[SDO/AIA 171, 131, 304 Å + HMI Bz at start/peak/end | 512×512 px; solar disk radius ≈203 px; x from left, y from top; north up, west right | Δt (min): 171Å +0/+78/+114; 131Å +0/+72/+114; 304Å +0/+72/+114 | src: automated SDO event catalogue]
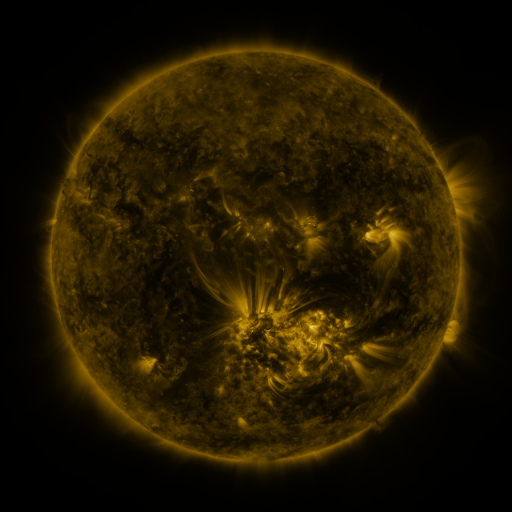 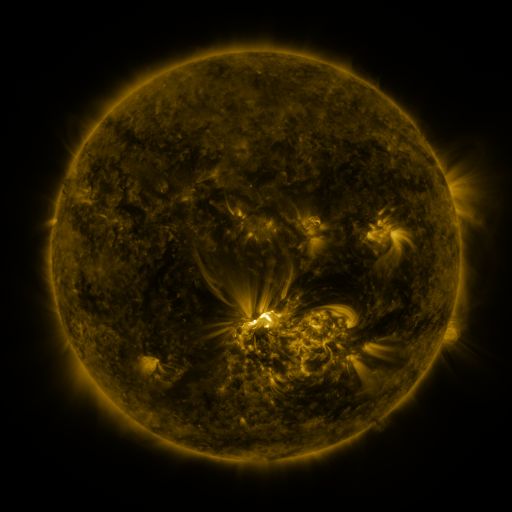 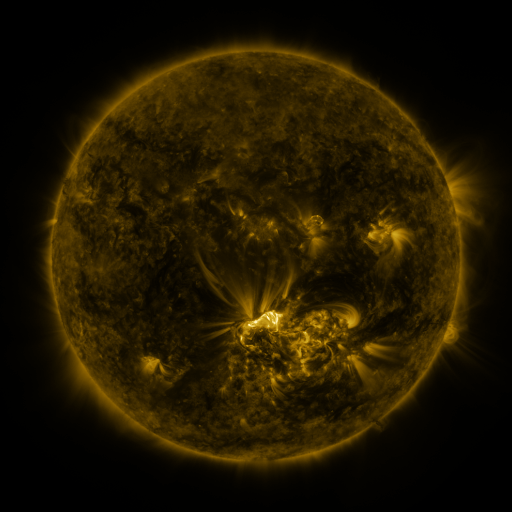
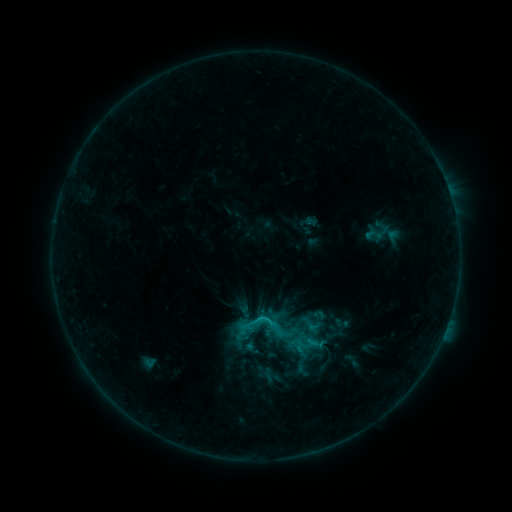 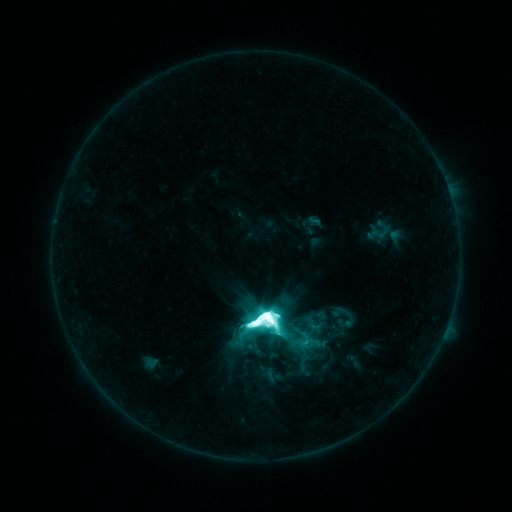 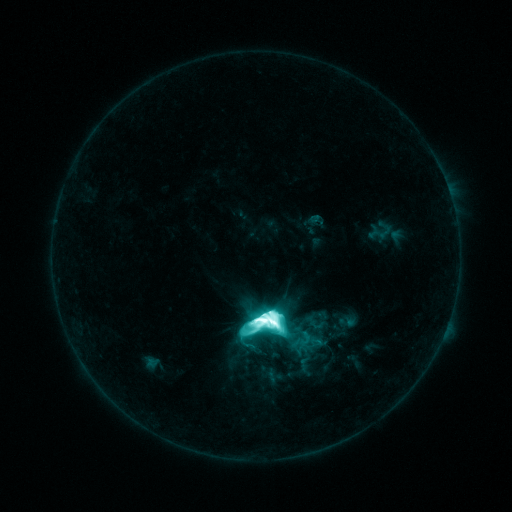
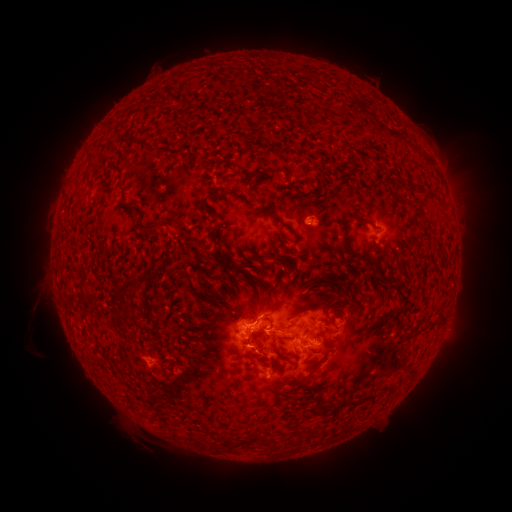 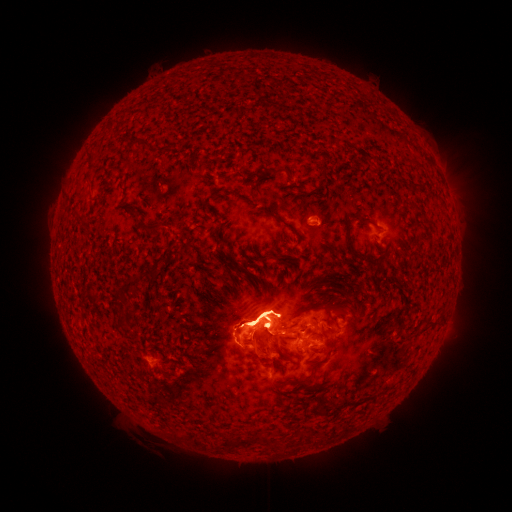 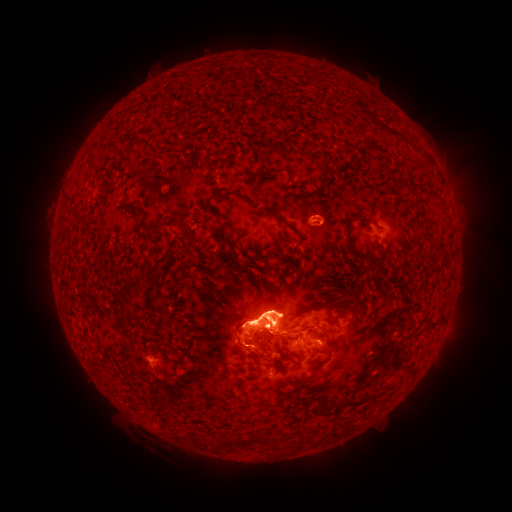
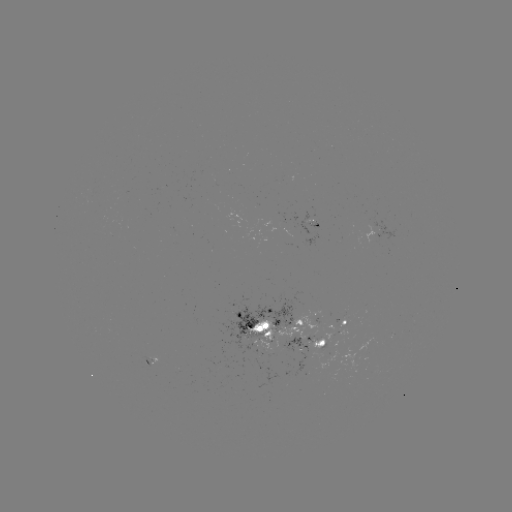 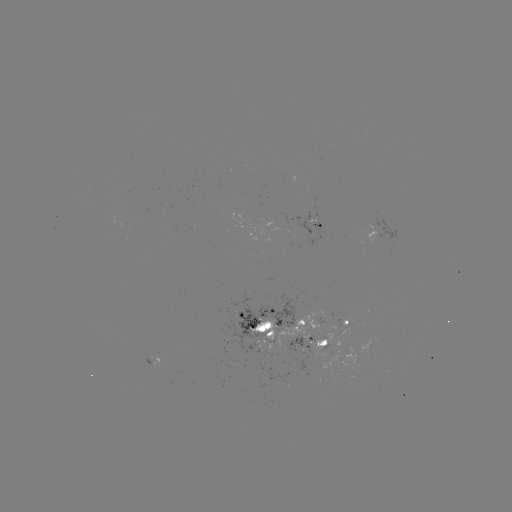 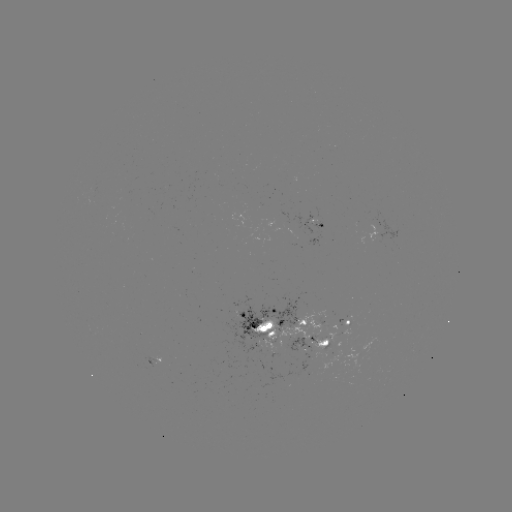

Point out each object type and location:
X1.4 flare: (266, 316)
